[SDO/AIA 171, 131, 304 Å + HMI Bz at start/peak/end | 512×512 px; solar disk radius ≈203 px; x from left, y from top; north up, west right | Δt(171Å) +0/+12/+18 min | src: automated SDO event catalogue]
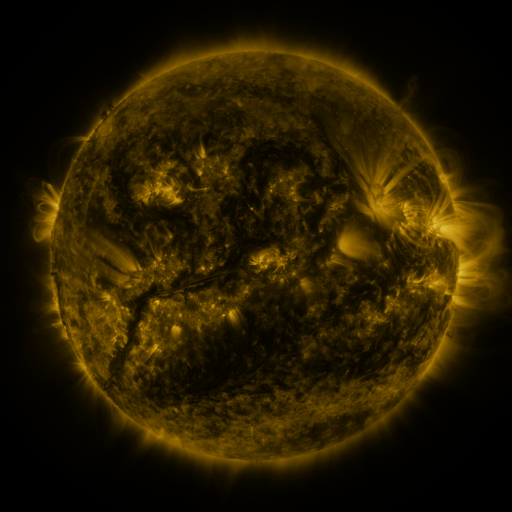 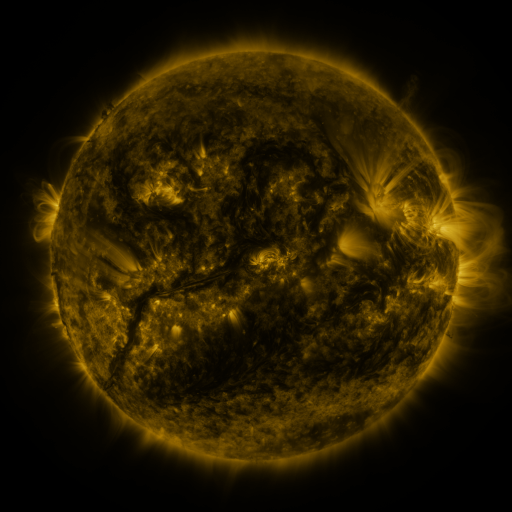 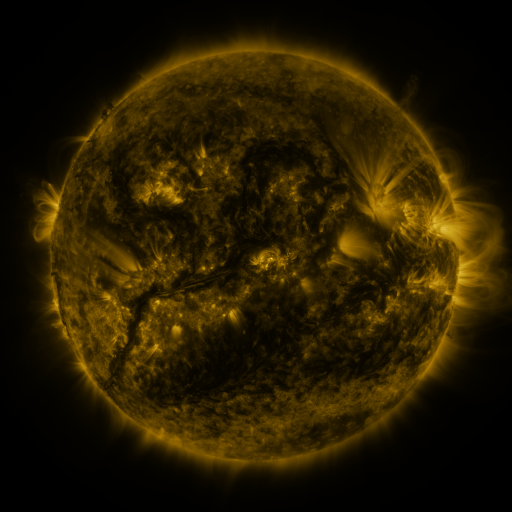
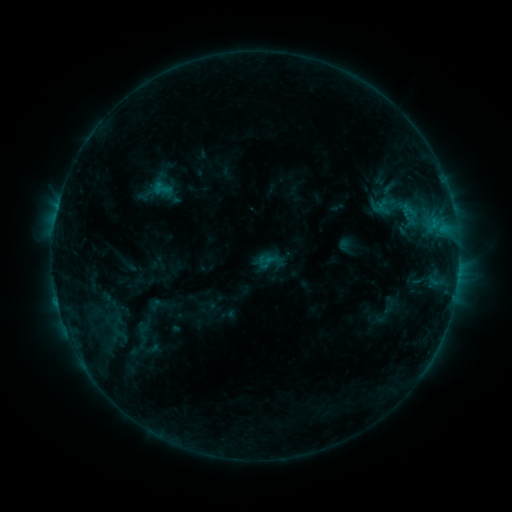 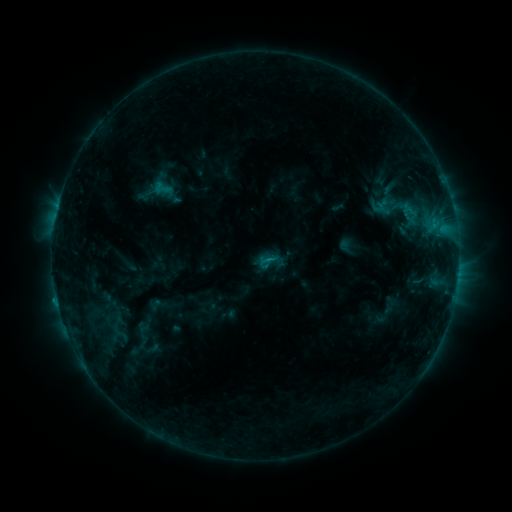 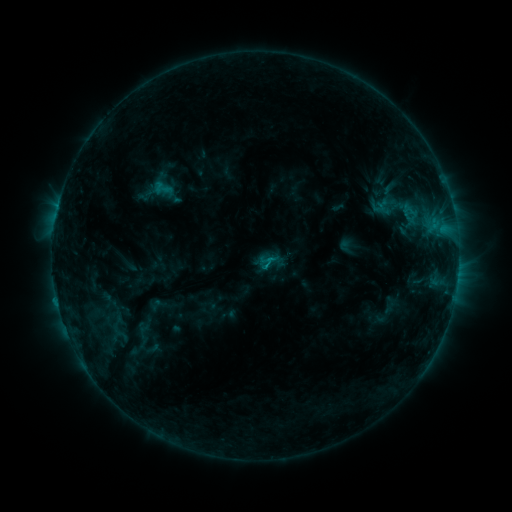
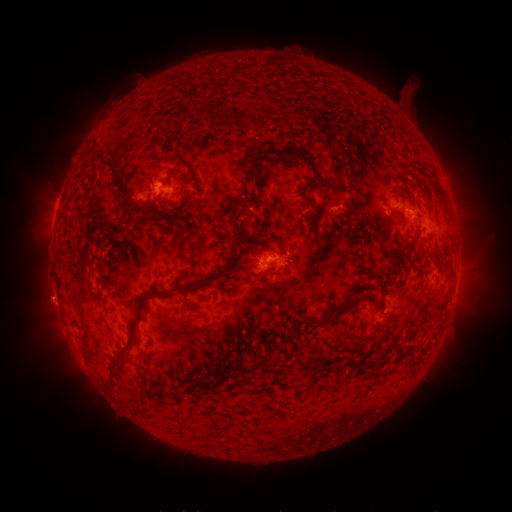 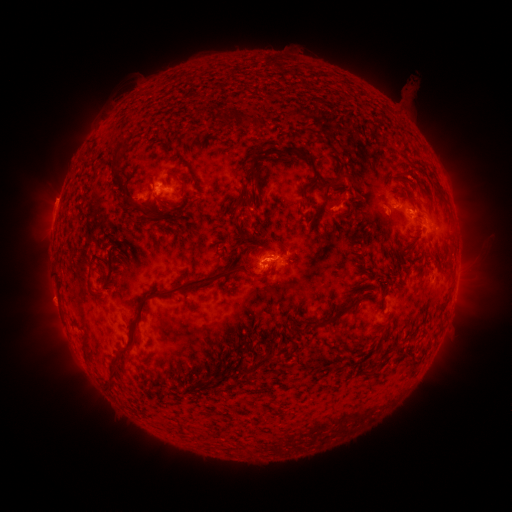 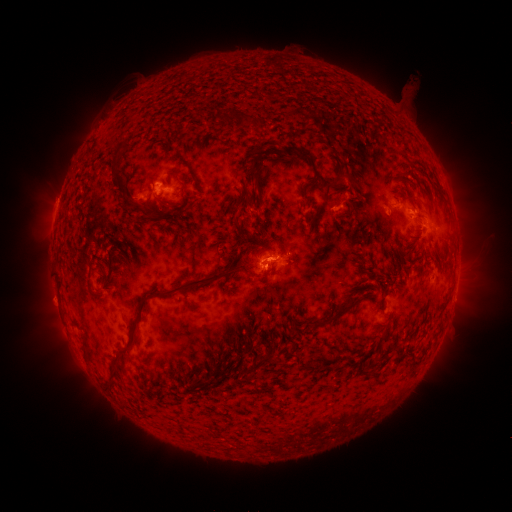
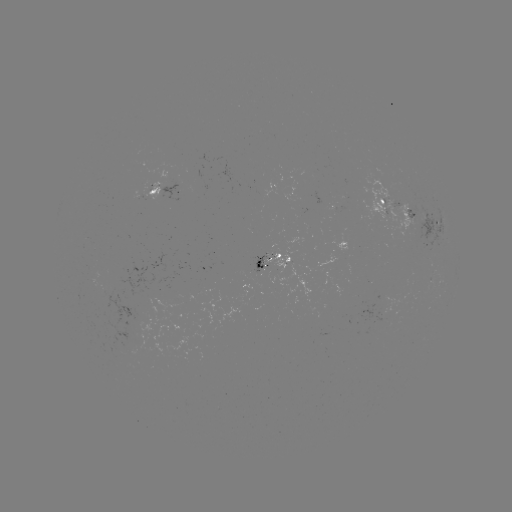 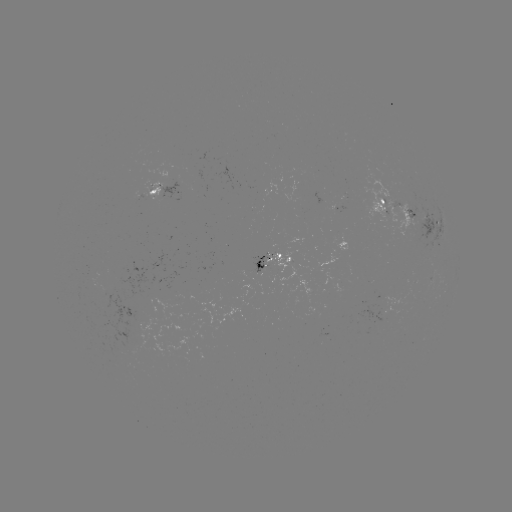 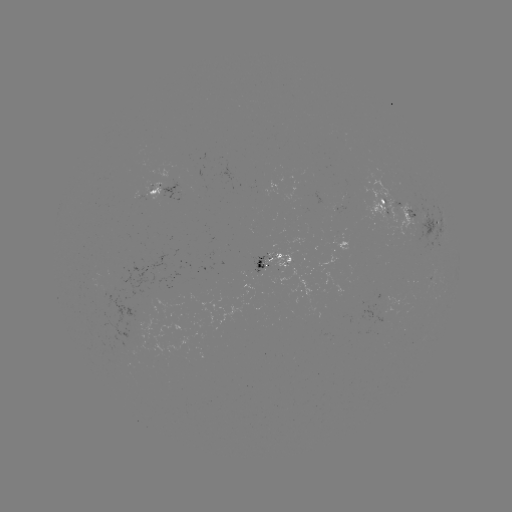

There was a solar flare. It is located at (266, 258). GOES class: C1.2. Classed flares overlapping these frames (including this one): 1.